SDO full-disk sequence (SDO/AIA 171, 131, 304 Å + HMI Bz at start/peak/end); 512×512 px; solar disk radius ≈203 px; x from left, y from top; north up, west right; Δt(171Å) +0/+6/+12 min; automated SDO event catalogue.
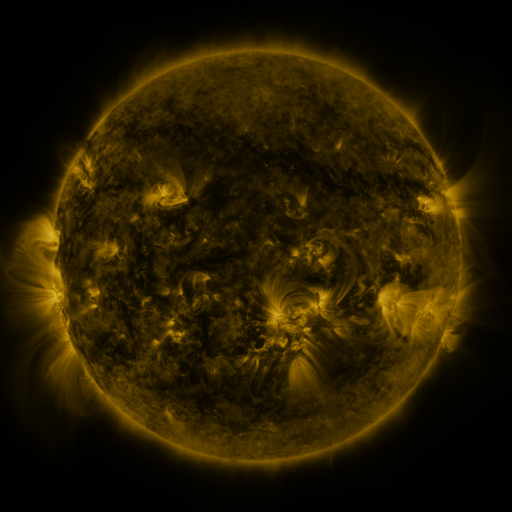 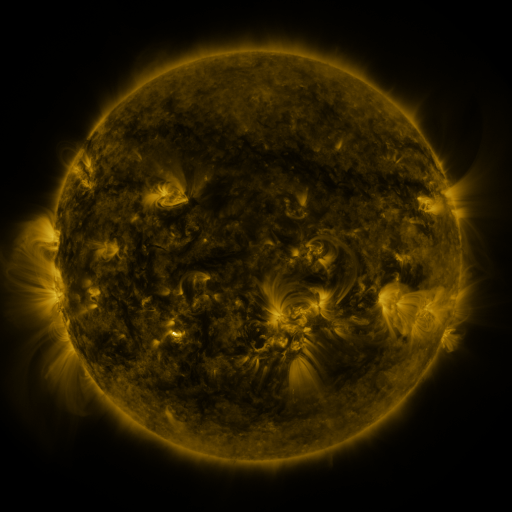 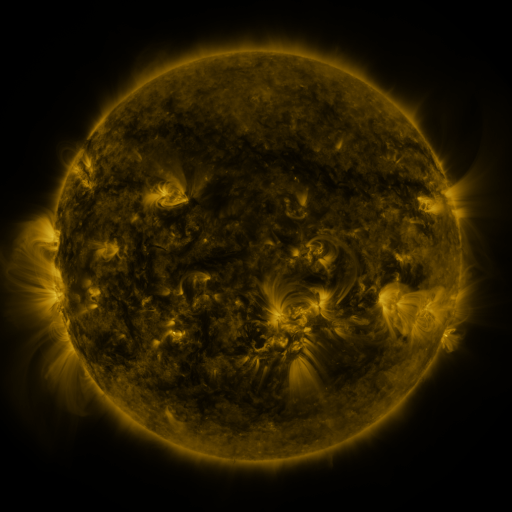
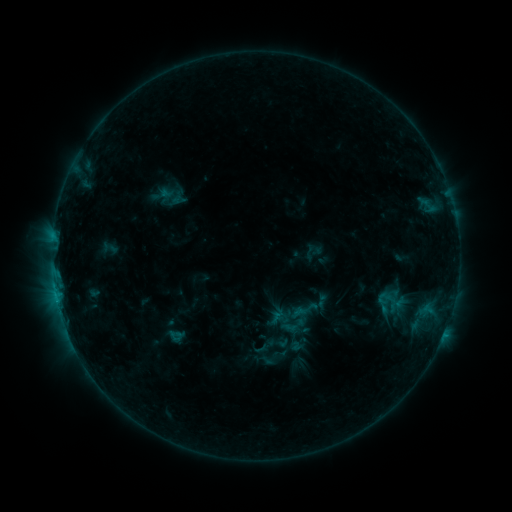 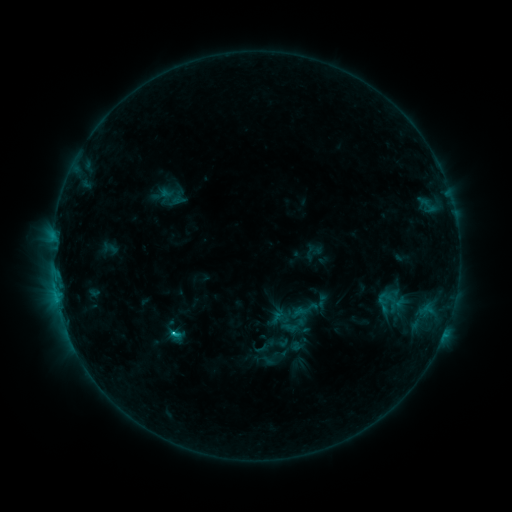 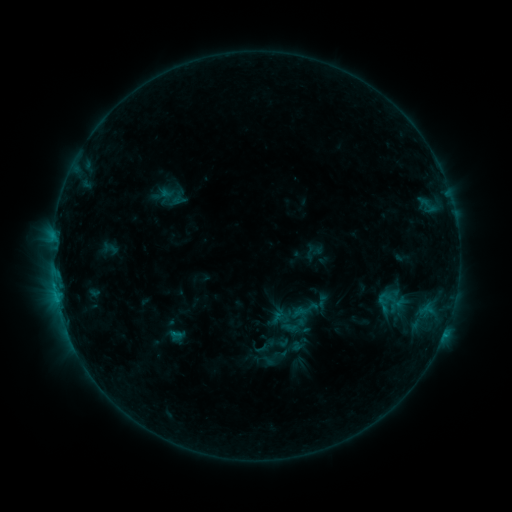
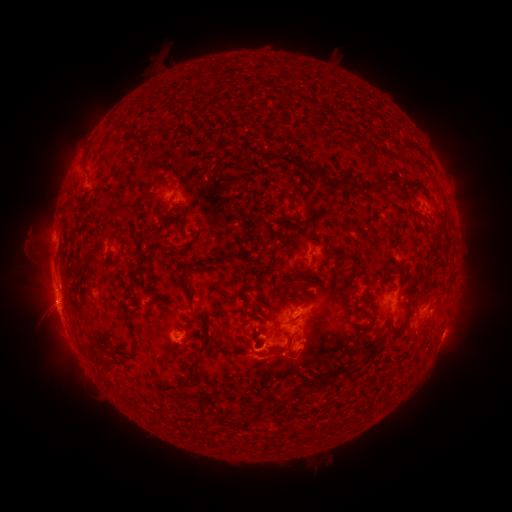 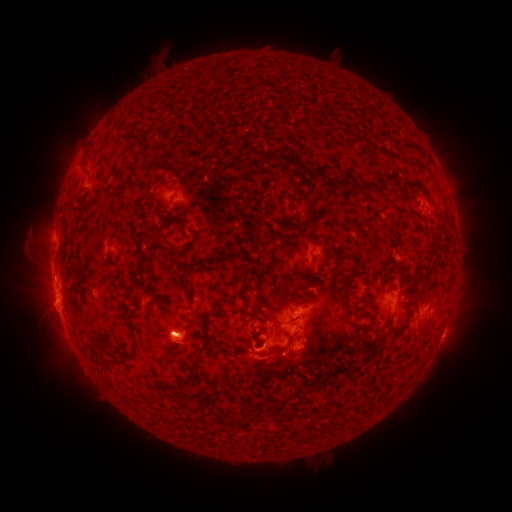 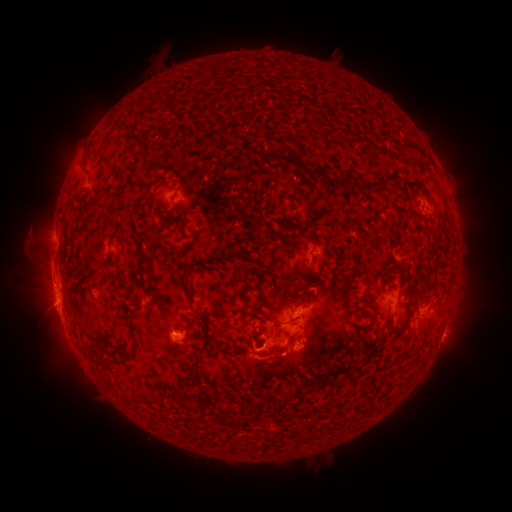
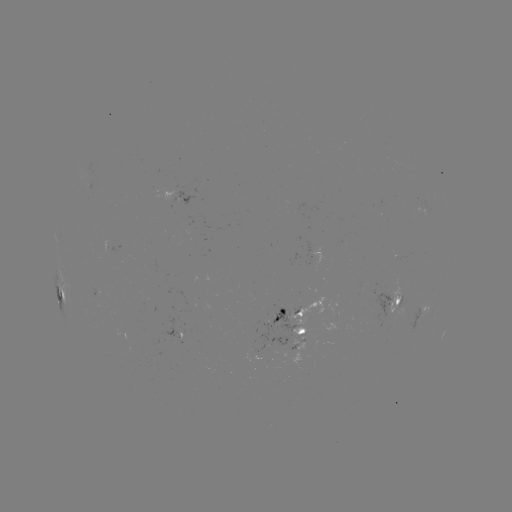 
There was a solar flare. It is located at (174, 331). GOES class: C1.6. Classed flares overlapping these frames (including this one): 1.